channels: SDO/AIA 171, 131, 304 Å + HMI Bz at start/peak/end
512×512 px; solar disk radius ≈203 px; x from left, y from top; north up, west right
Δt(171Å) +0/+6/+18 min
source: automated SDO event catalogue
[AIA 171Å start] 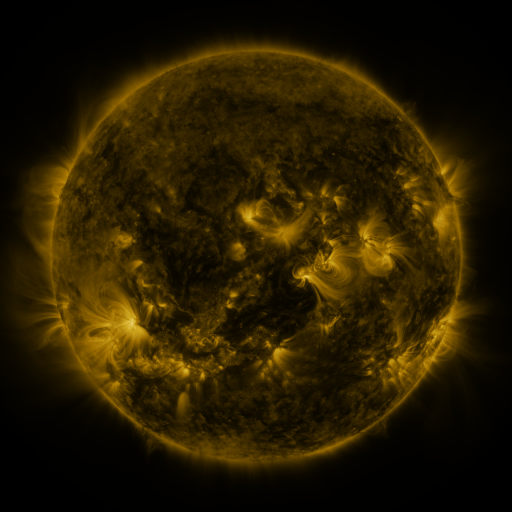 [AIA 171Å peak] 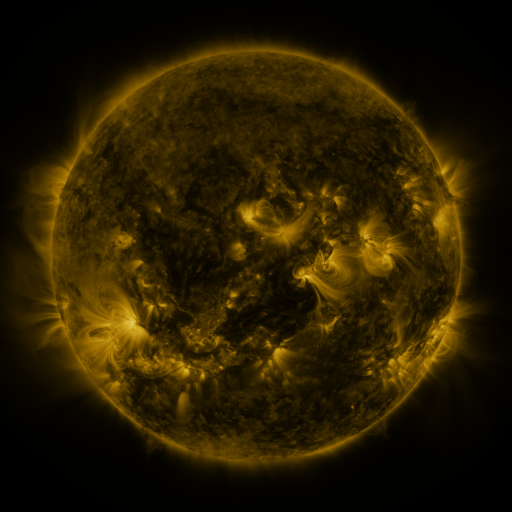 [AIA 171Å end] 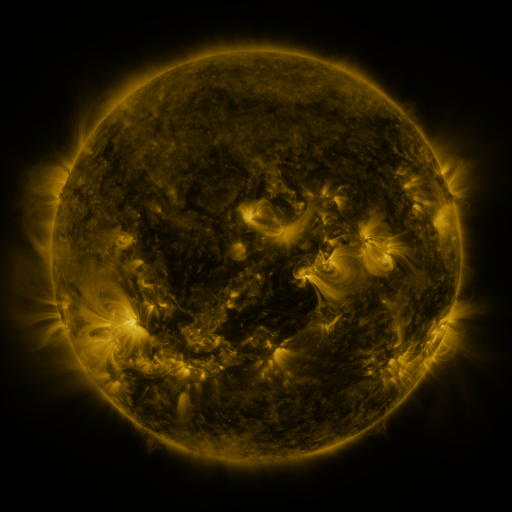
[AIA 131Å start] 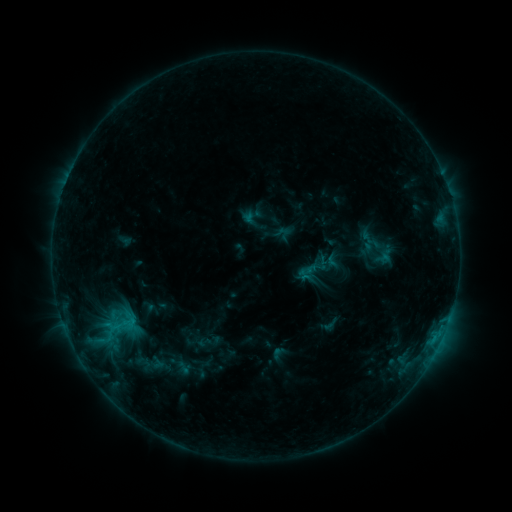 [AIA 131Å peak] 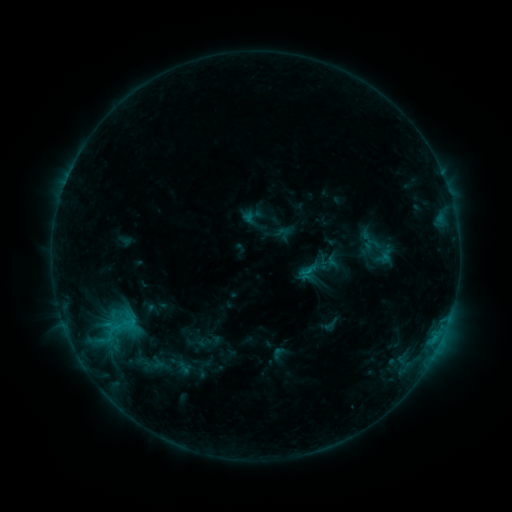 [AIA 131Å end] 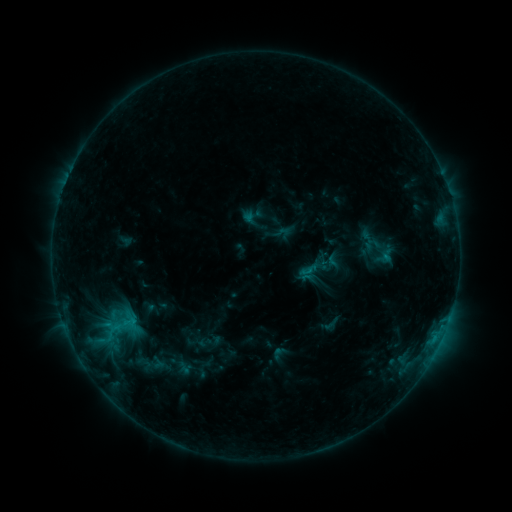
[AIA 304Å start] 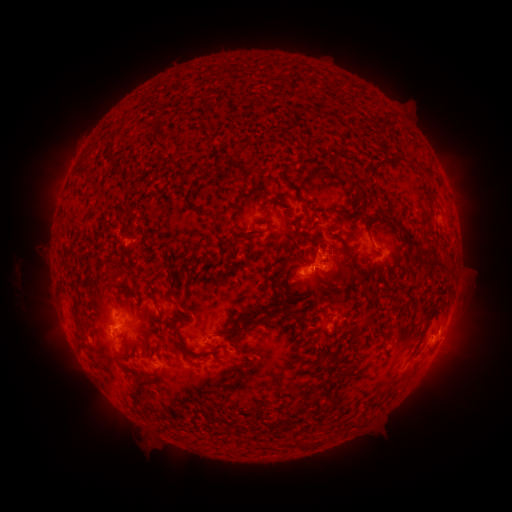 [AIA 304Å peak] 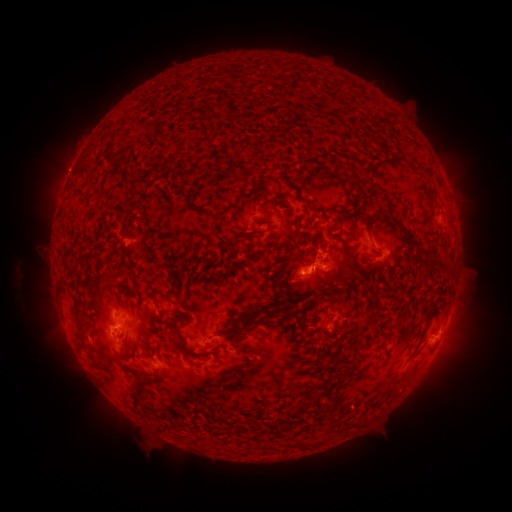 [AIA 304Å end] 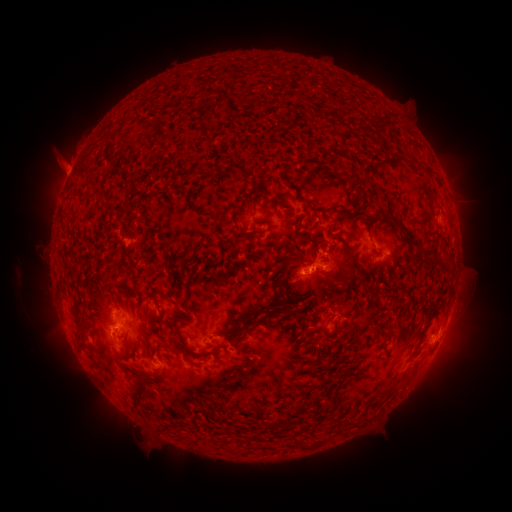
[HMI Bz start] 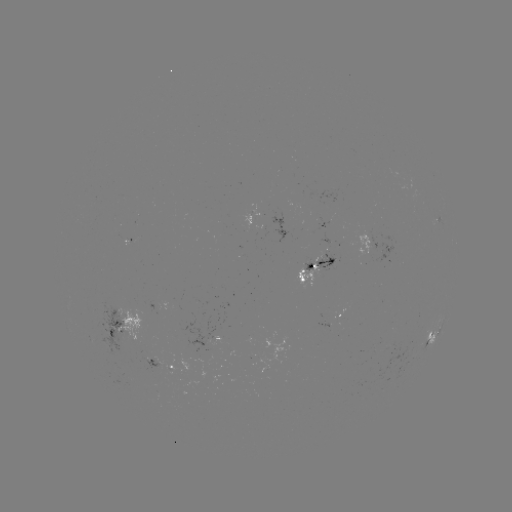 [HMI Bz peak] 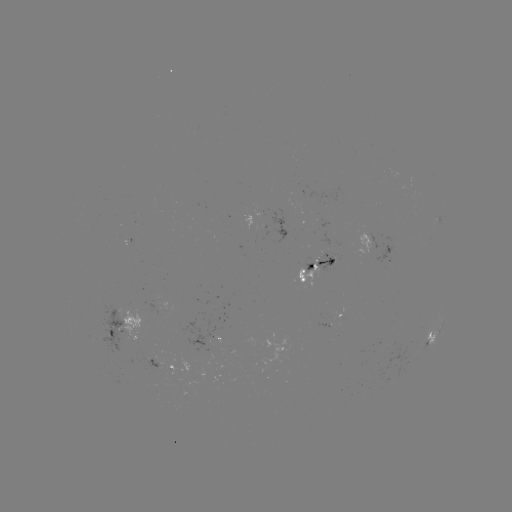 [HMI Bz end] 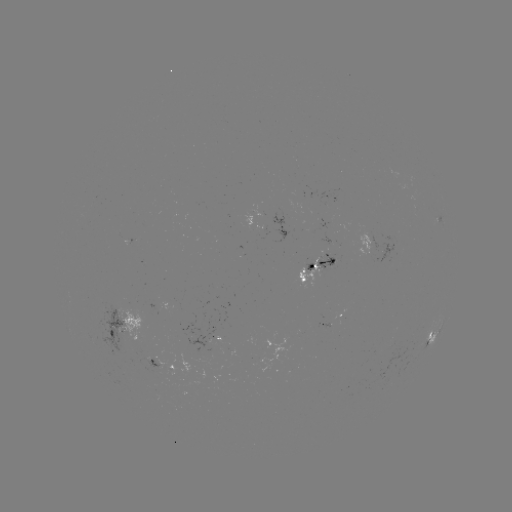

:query eruption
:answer [65, 167]